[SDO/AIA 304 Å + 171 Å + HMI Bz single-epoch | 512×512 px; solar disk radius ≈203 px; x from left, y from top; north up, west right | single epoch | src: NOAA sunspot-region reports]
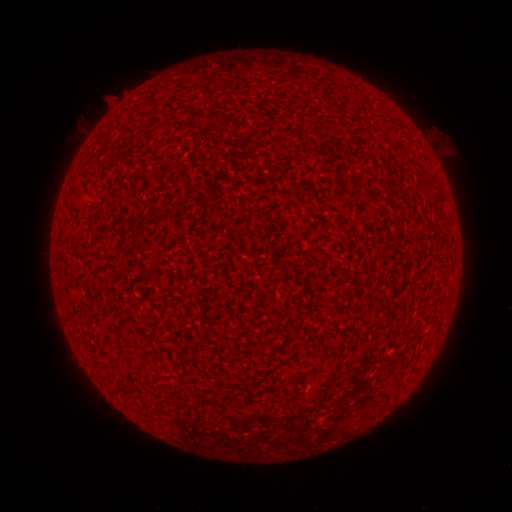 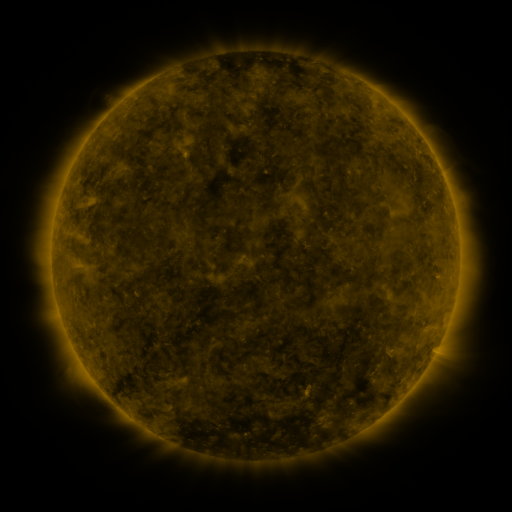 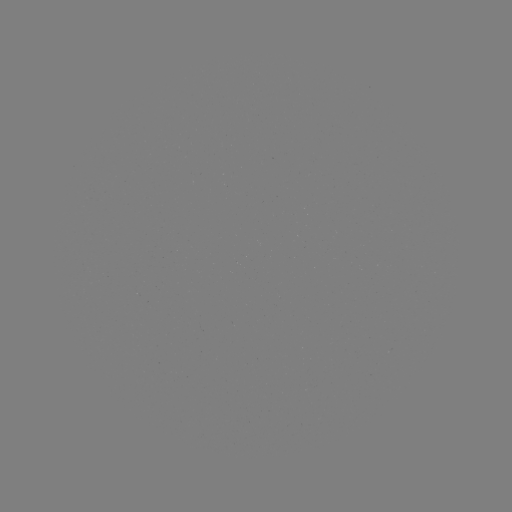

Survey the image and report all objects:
(none)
